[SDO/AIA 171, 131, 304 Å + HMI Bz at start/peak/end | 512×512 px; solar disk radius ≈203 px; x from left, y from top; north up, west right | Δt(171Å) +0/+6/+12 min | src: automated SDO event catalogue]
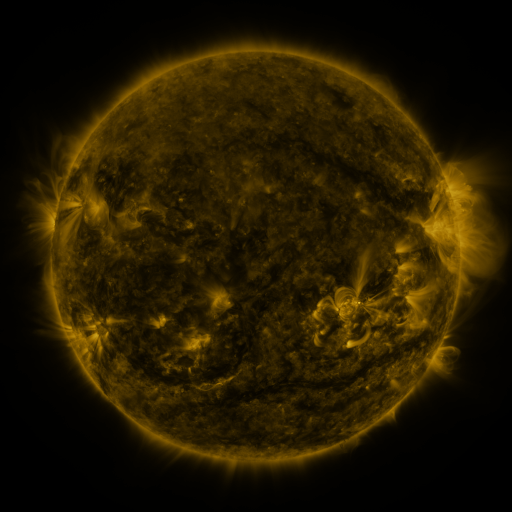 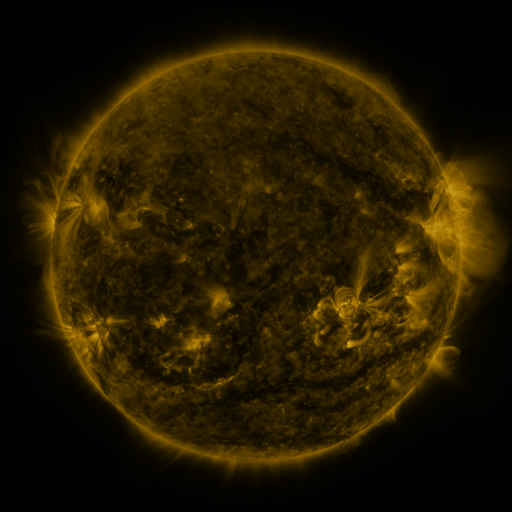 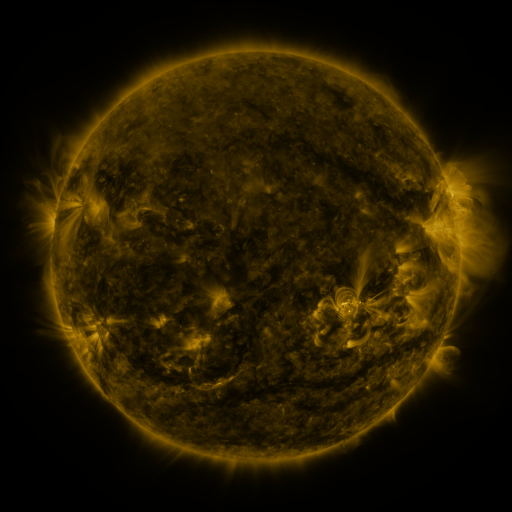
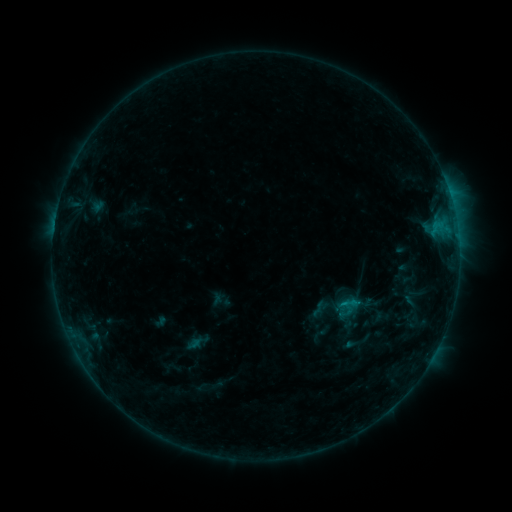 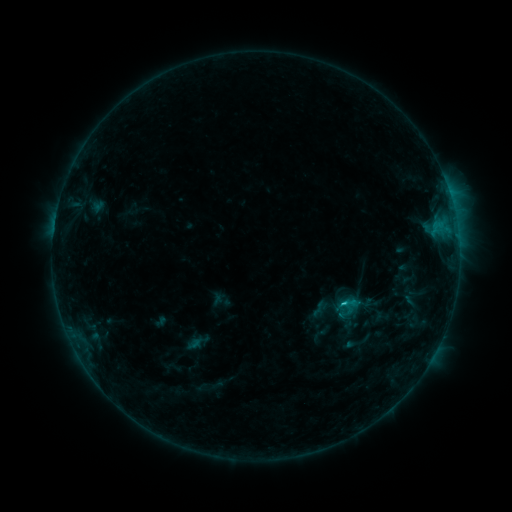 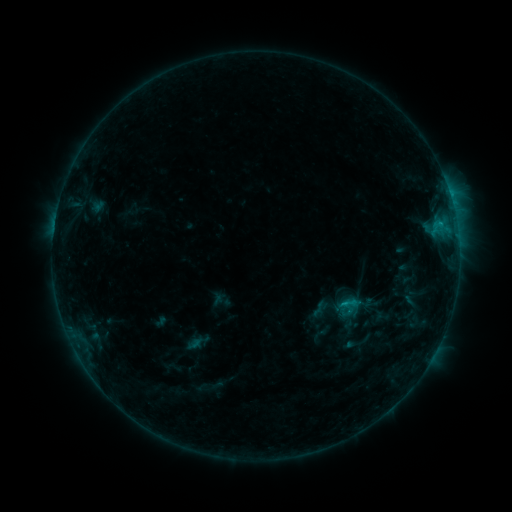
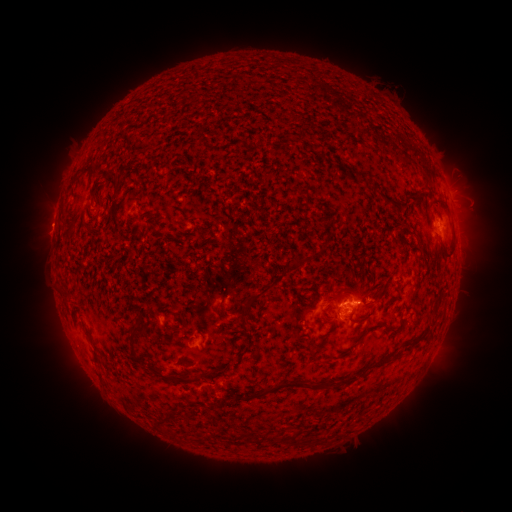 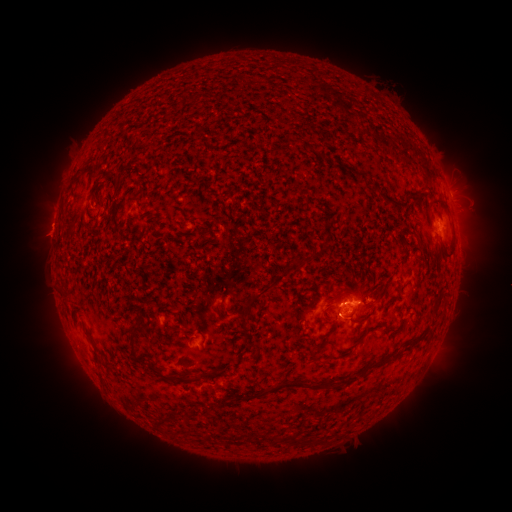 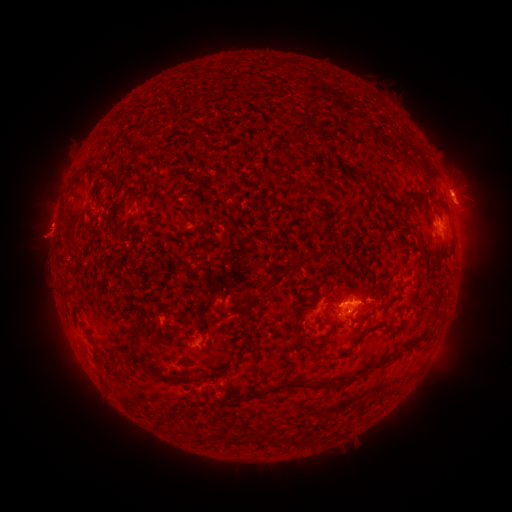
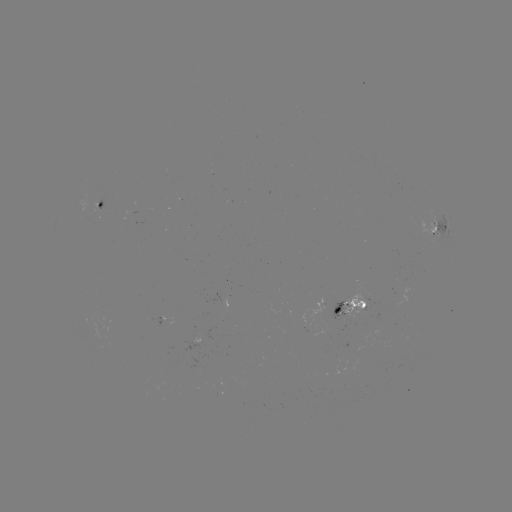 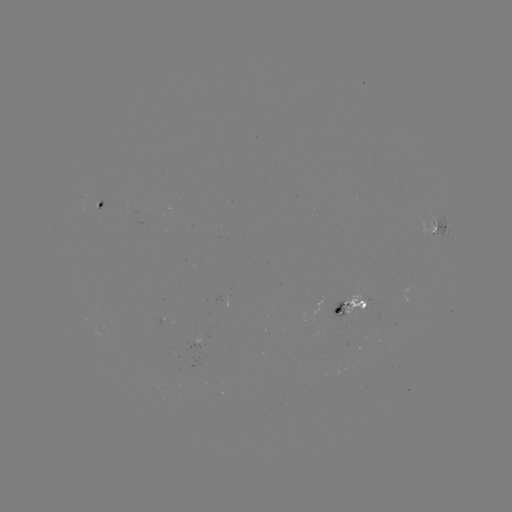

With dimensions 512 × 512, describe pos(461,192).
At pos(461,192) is eruption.